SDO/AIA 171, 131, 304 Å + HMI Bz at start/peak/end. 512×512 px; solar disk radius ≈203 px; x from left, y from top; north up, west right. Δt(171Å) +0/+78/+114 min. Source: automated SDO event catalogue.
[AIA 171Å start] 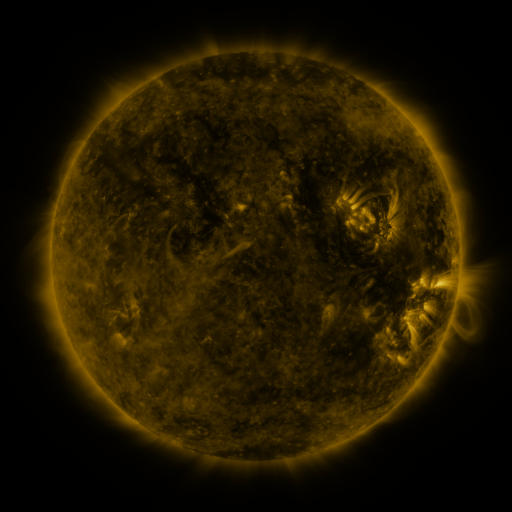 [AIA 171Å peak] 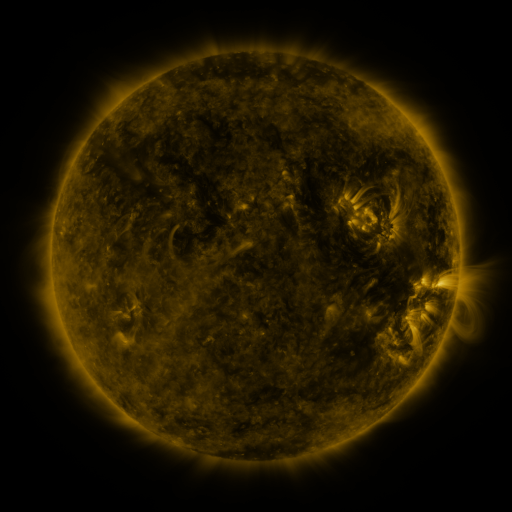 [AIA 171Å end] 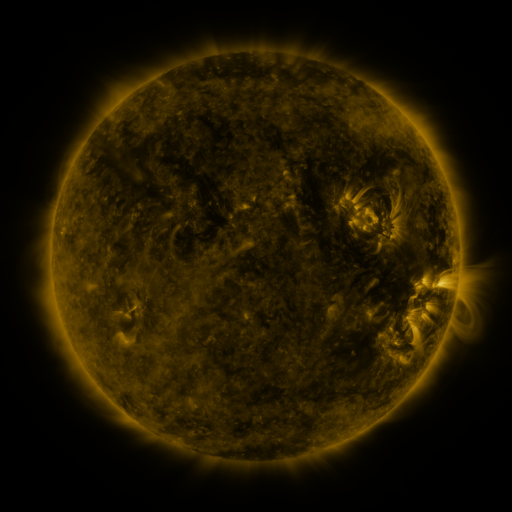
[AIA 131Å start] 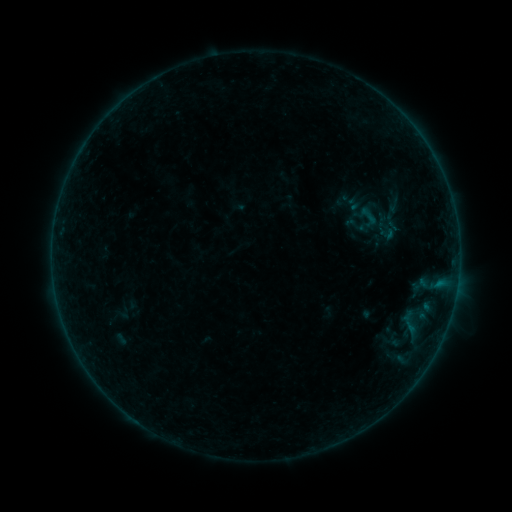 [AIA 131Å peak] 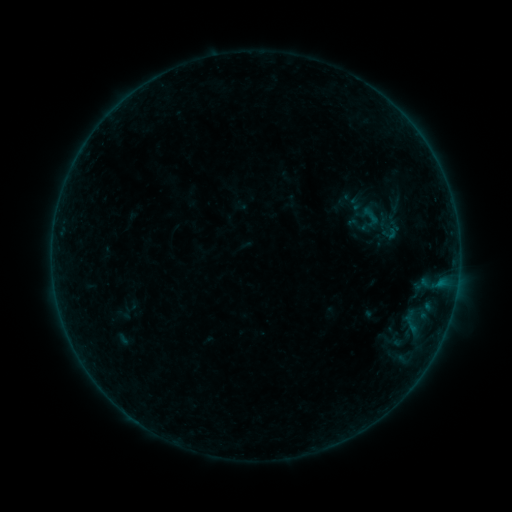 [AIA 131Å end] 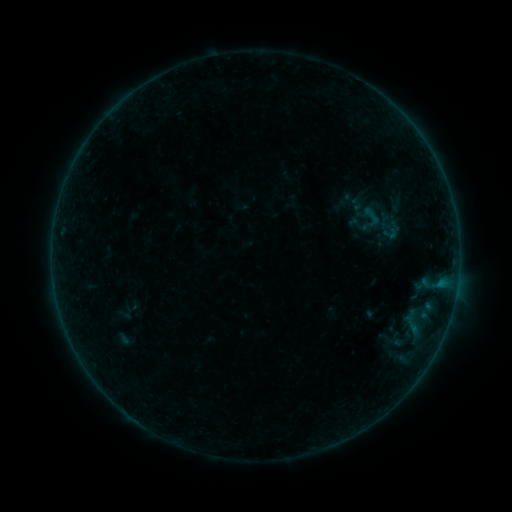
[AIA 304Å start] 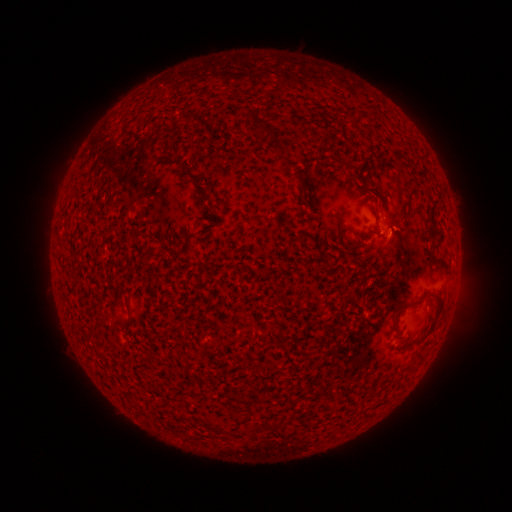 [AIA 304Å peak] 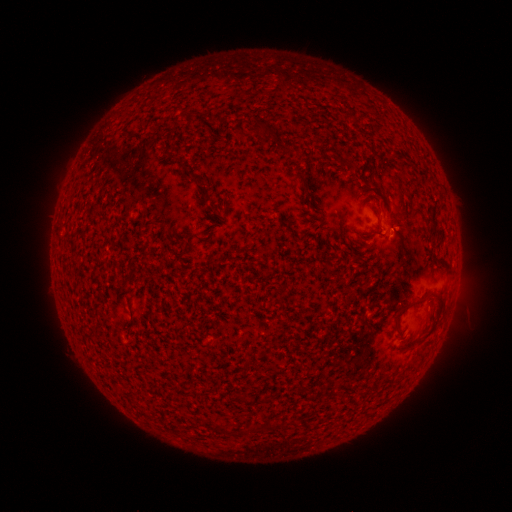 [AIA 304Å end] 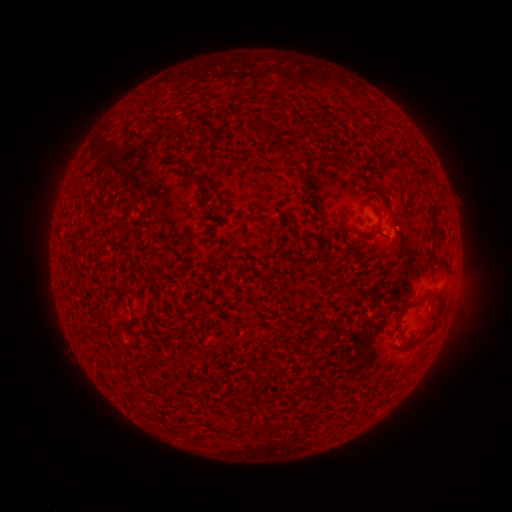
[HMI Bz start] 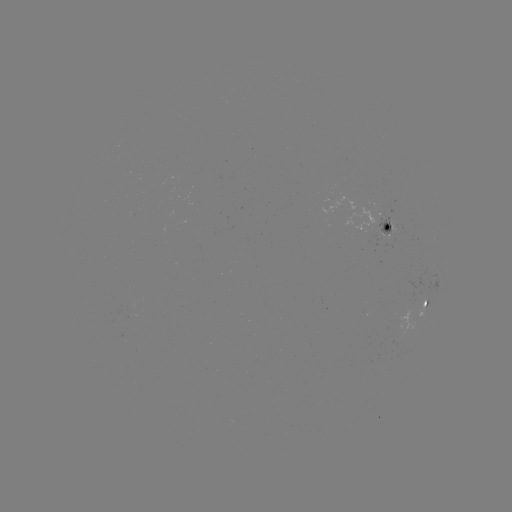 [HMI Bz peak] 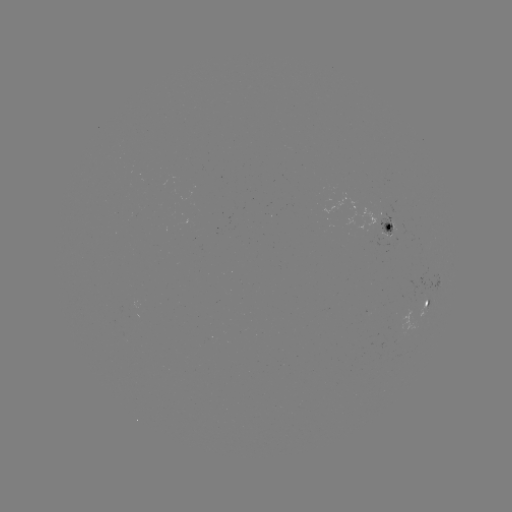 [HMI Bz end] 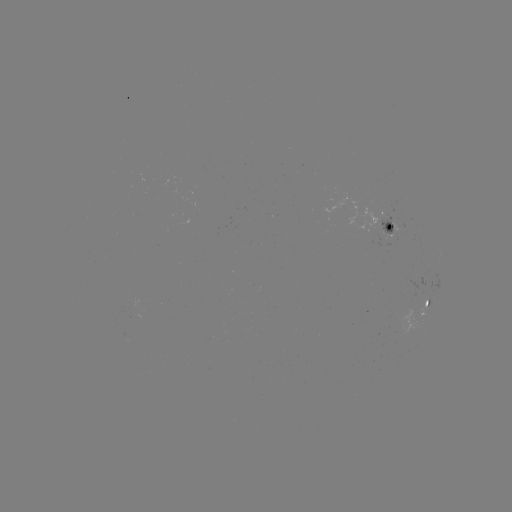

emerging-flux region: [376, 213, 395, 236]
